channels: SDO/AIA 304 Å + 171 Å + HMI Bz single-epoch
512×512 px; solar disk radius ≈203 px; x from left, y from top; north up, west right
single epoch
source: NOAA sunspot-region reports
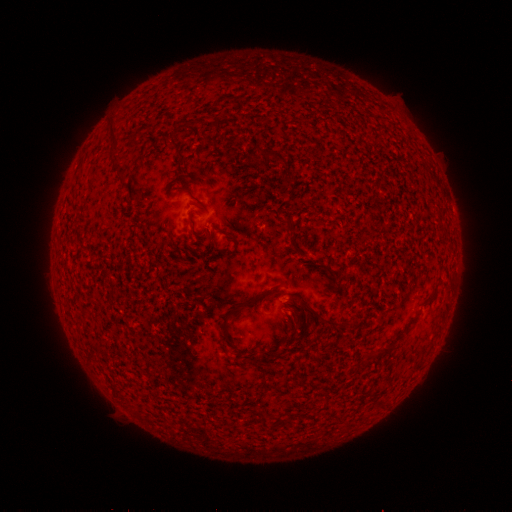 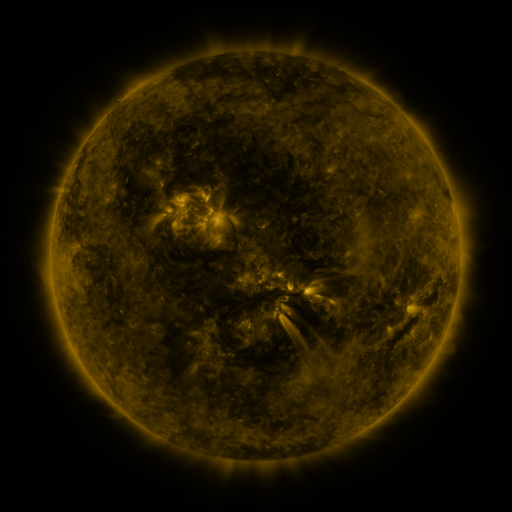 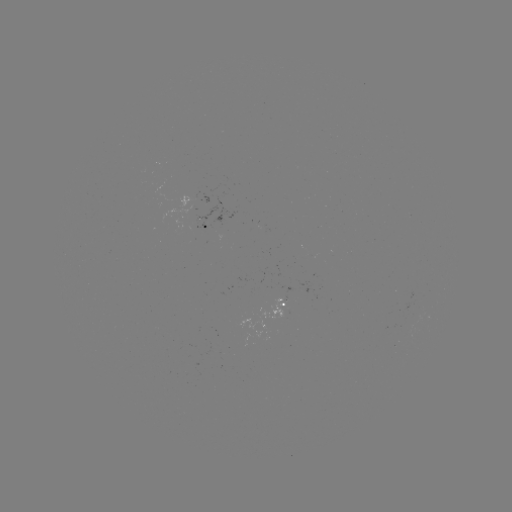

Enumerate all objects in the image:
spotted active region: (204, 226)
spotted active region: (287, 304)
